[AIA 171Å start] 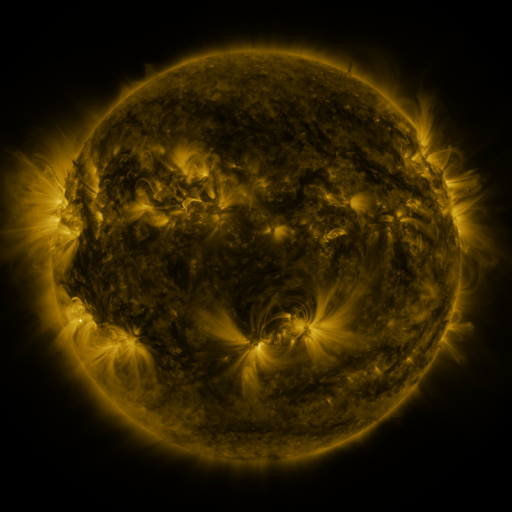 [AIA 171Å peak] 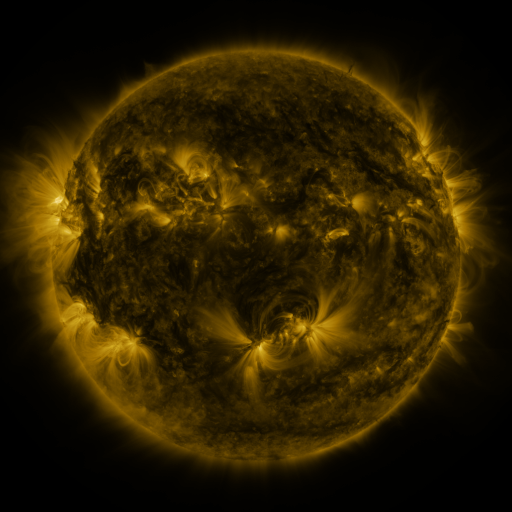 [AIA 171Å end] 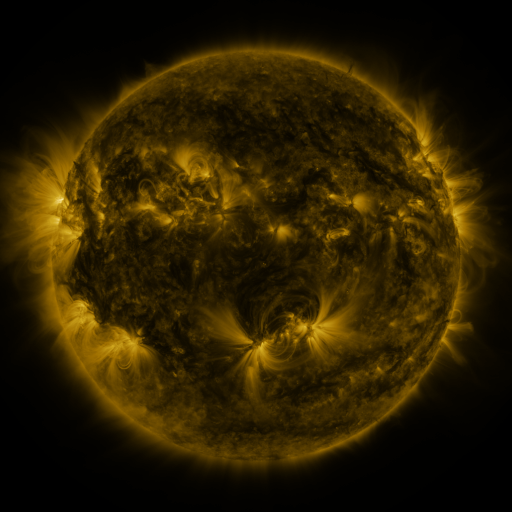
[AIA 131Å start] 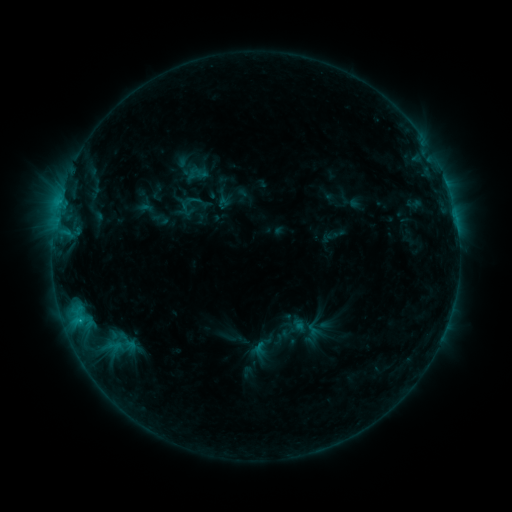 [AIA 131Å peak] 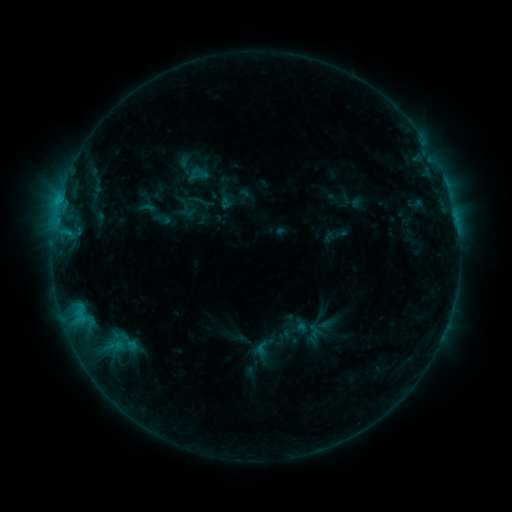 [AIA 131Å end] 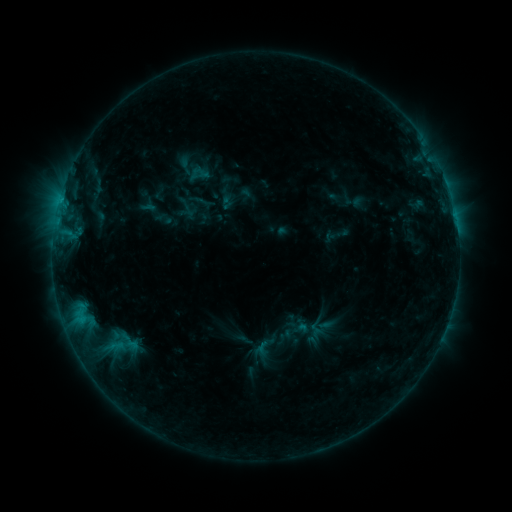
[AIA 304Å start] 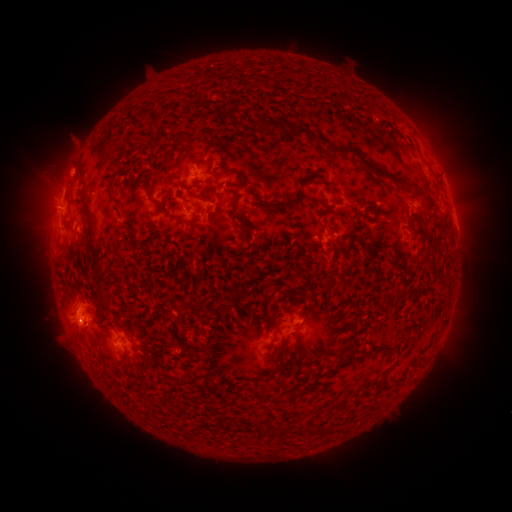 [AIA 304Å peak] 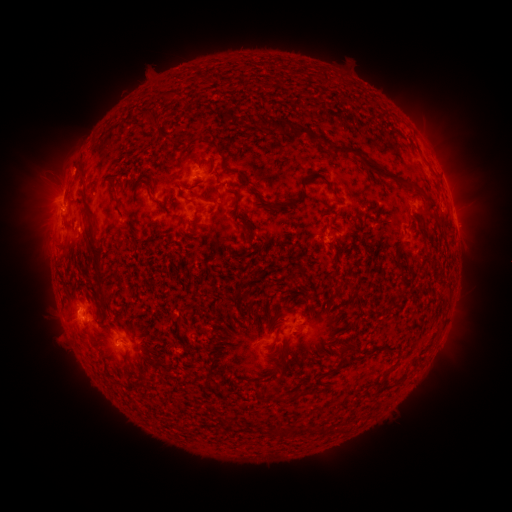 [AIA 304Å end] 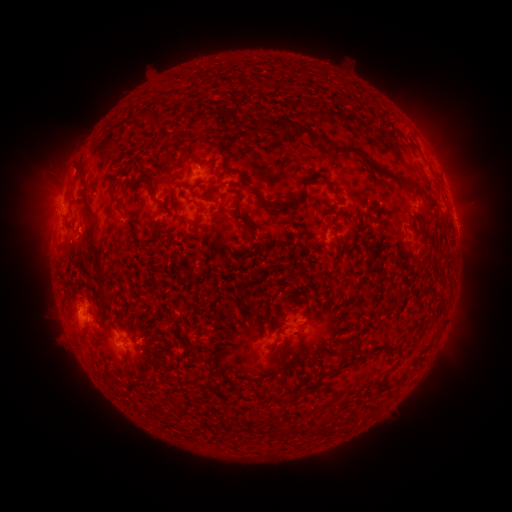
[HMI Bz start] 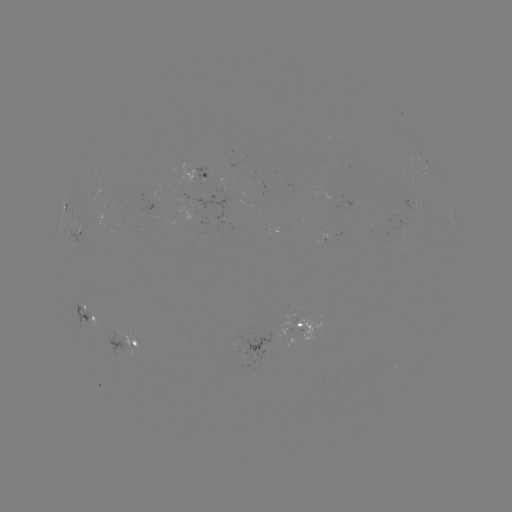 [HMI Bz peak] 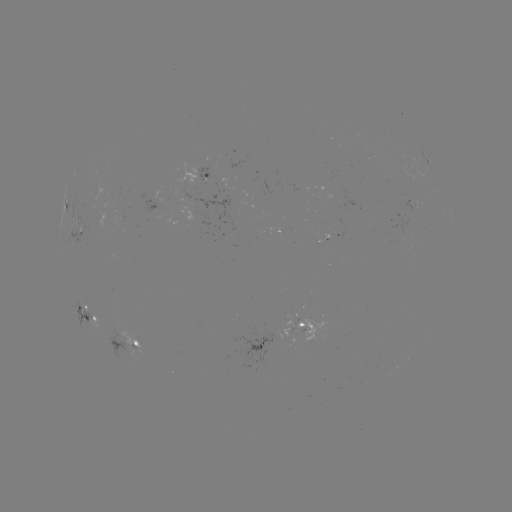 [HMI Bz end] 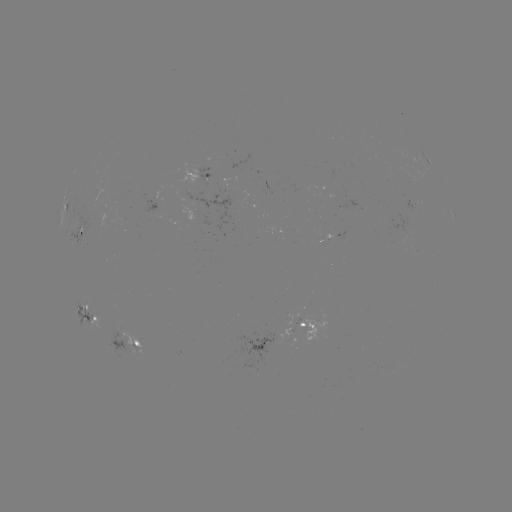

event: emerging-flux region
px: (405, 233)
